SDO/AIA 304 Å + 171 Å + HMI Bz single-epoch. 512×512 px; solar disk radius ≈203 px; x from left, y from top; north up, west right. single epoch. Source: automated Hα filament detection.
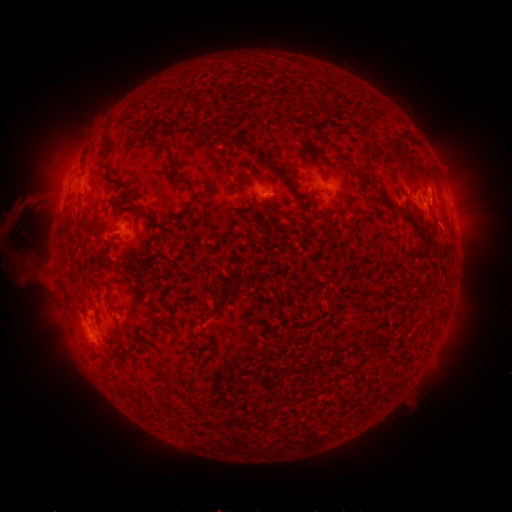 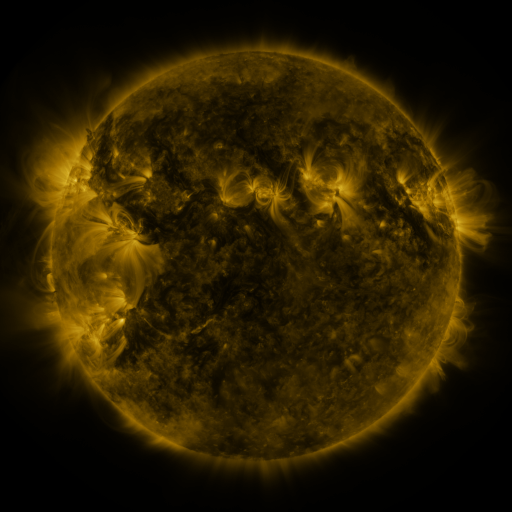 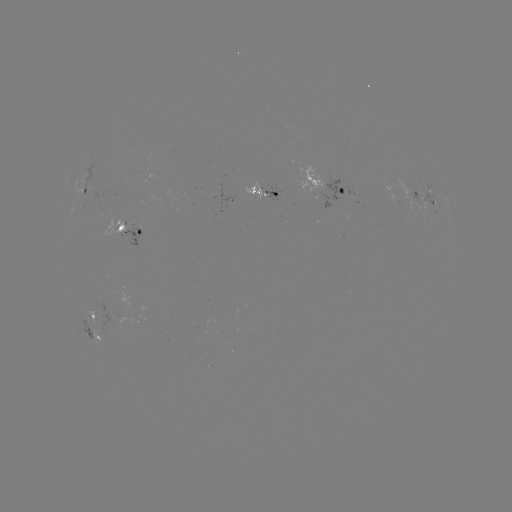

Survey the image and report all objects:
filament: (233, 139)
filament: (331, 144)
filament: (108, 145)
filament: (158, 147)
filament: (396, 147)
filament: (365, 158)
filament: (259, 159)
filament: (173, 172)
filament: (350, 172)
filament: (253, 175)
filament: (285, 178)
filament: (436, 181)
filament: (235, 183)
filament: (242, 200)
filament: (348, 204)
filament: (392, 211)
filament: (136, 212)
filament: (208, 217)
filament: (323, 218)
filament: (88, 220)
filament: (423, 241)
filament: (241, 281)
filament: (154, 328)
filament: (115, 329)
filament: (185, 372)
filament: (170, 380)
